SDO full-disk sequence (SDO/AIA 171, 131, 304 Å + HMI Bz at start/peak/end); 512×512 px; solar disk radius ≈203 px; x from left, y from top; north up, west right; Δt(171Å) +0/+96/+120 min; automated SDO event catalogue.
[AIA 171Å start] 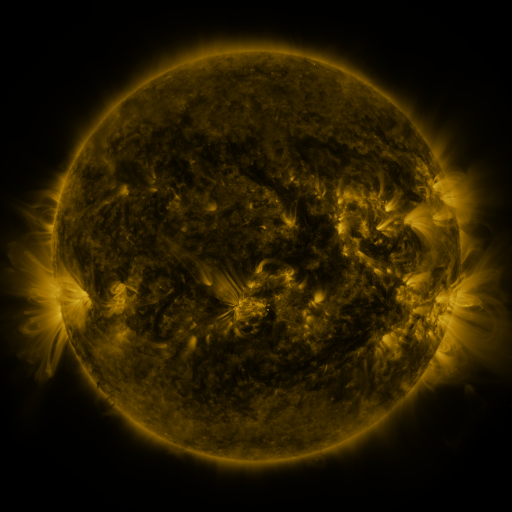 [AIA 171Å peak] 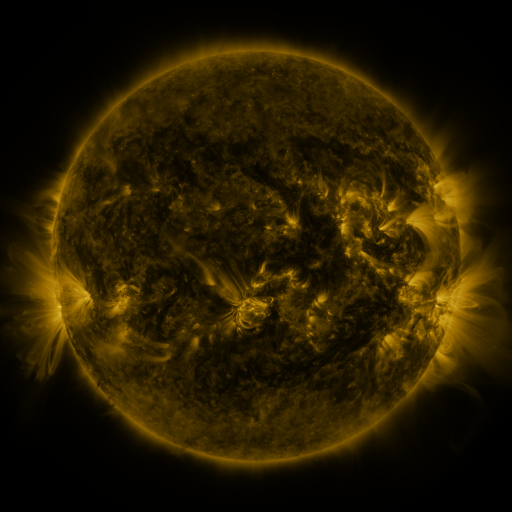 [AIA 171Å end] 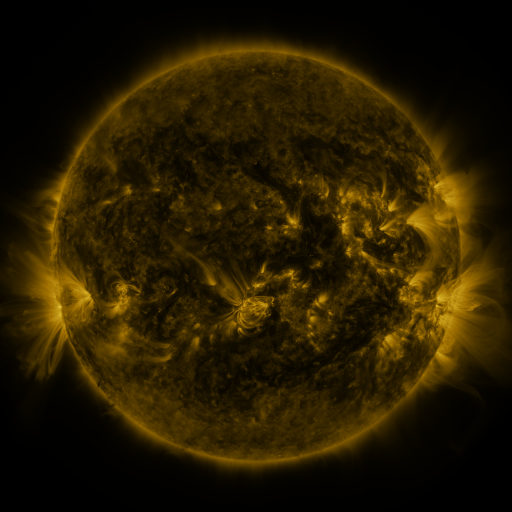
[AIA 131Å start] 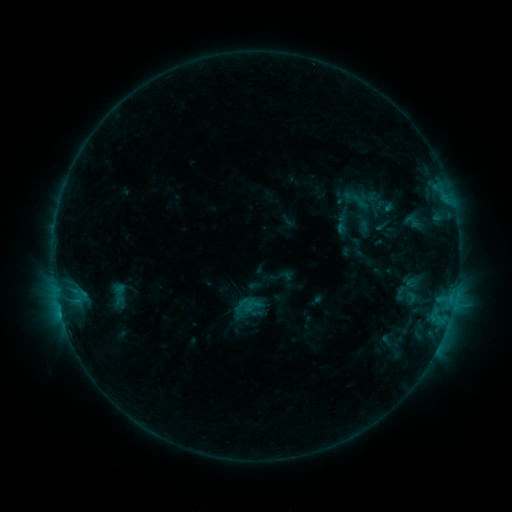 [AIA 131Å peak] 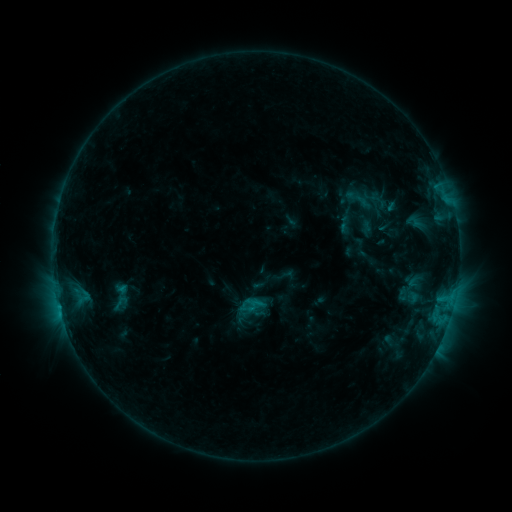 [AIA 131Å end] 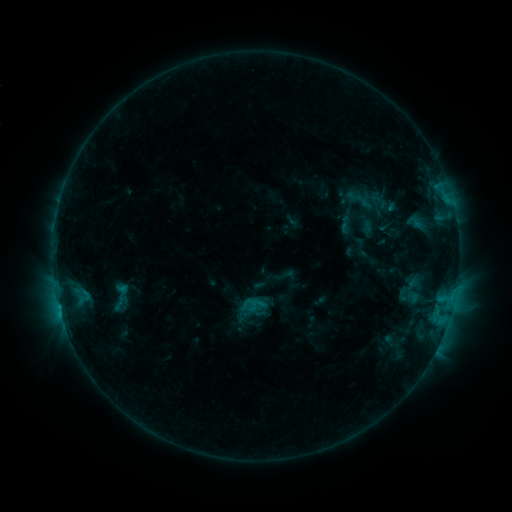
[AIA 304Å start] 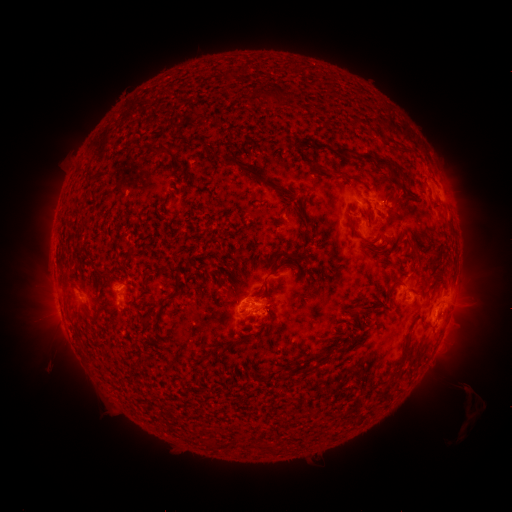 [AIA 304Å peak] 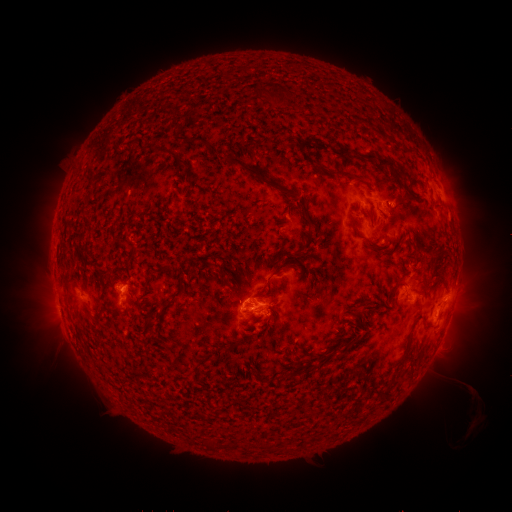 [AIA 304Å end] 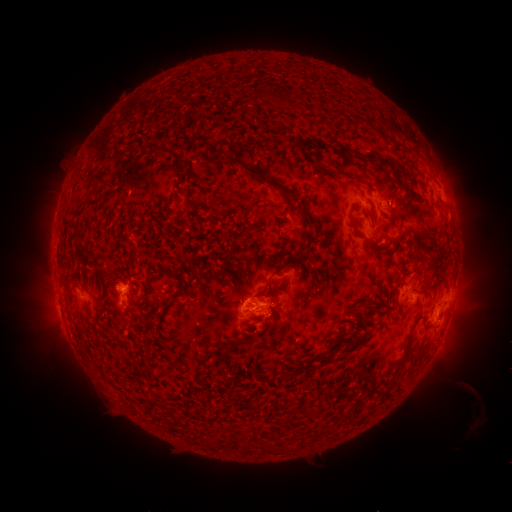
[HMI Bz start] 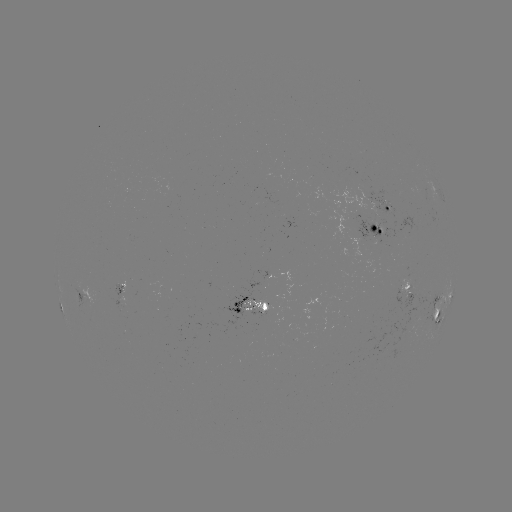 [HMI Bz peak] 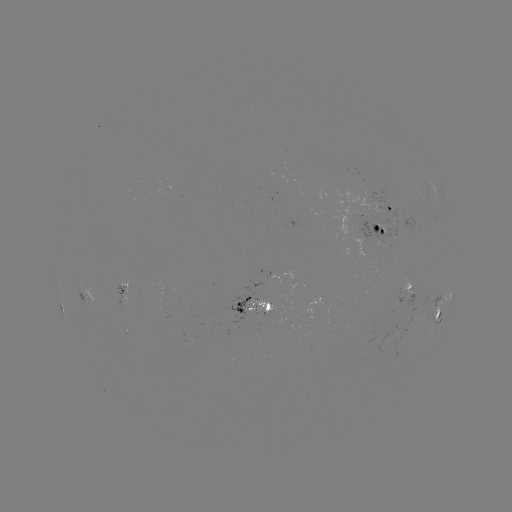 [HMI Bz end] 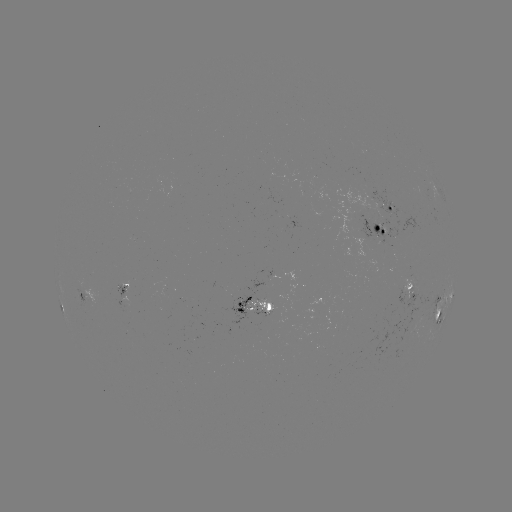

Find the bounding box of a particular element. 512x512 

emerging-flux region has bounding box [220, 292, 255, 320].